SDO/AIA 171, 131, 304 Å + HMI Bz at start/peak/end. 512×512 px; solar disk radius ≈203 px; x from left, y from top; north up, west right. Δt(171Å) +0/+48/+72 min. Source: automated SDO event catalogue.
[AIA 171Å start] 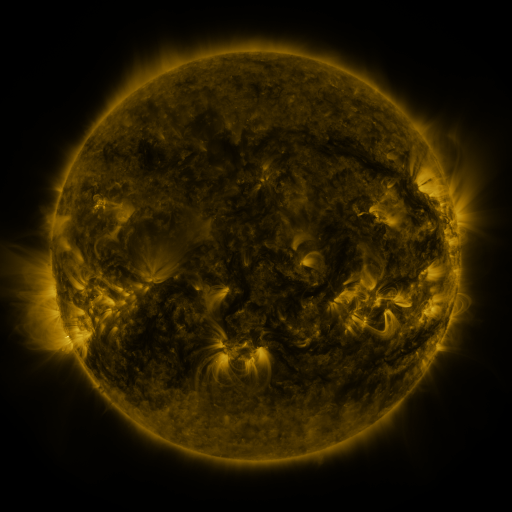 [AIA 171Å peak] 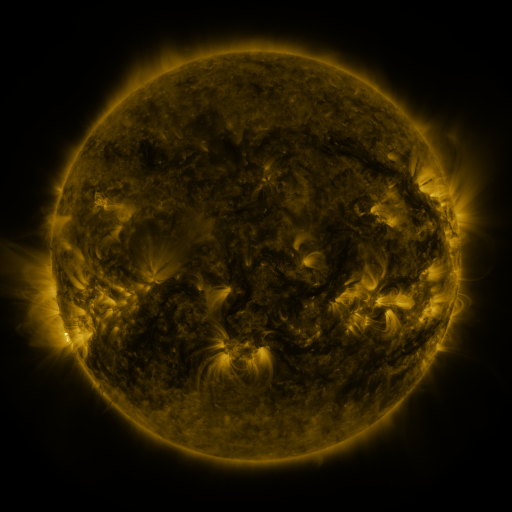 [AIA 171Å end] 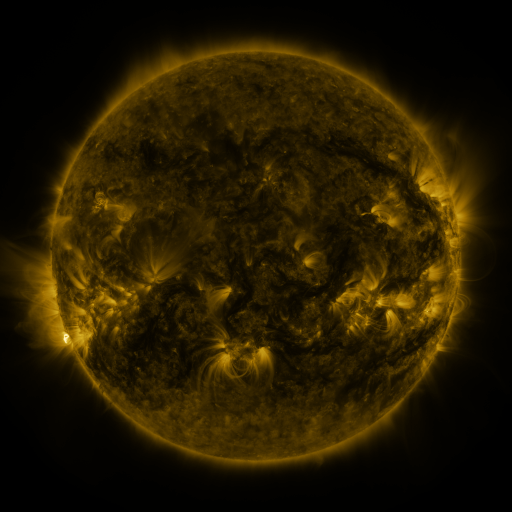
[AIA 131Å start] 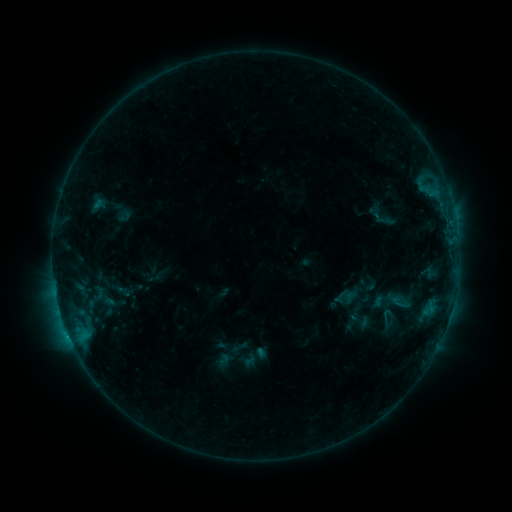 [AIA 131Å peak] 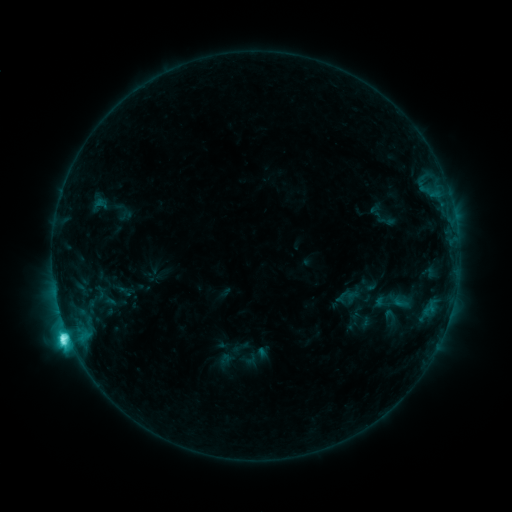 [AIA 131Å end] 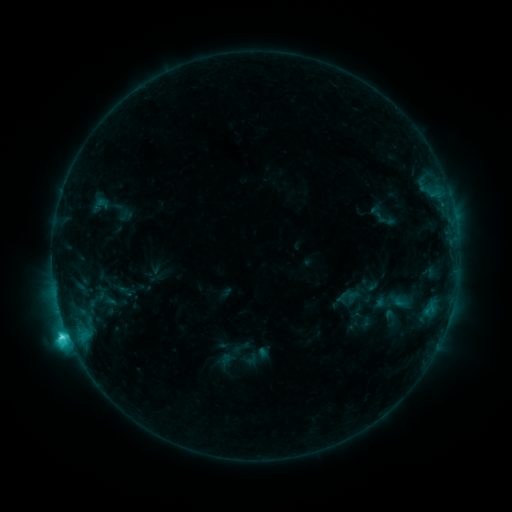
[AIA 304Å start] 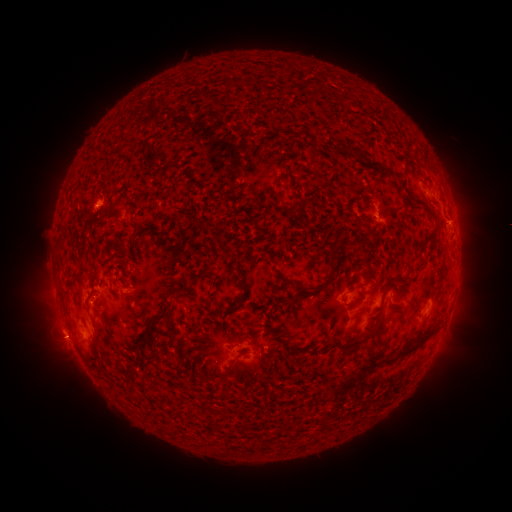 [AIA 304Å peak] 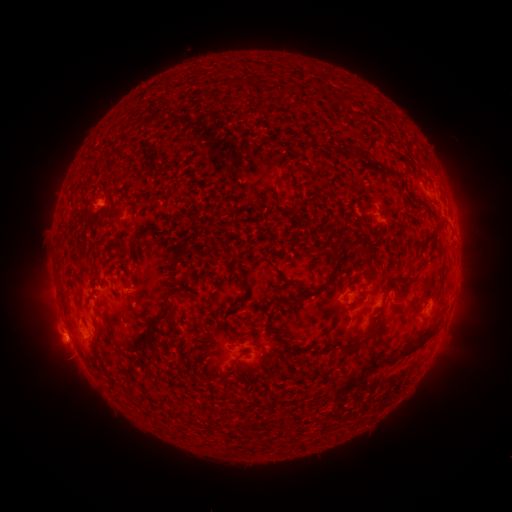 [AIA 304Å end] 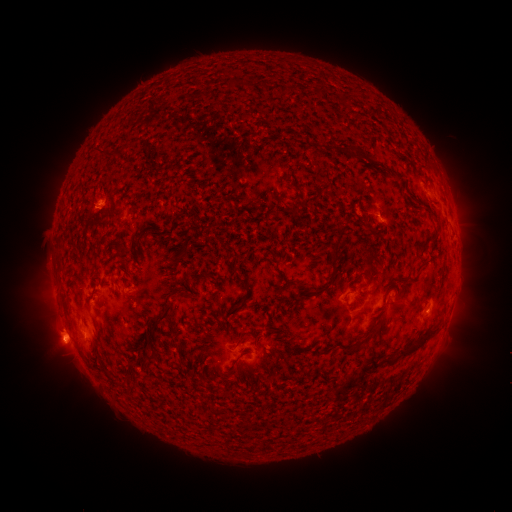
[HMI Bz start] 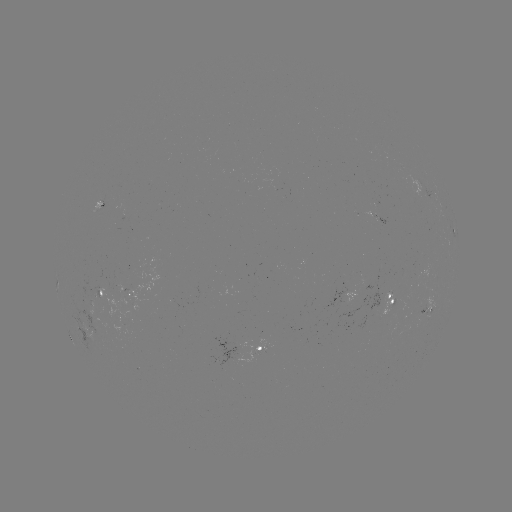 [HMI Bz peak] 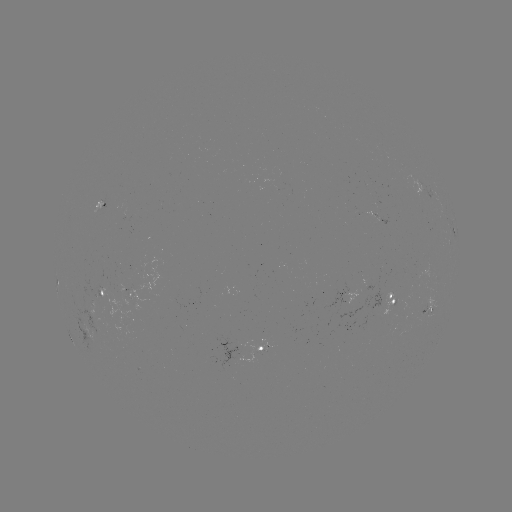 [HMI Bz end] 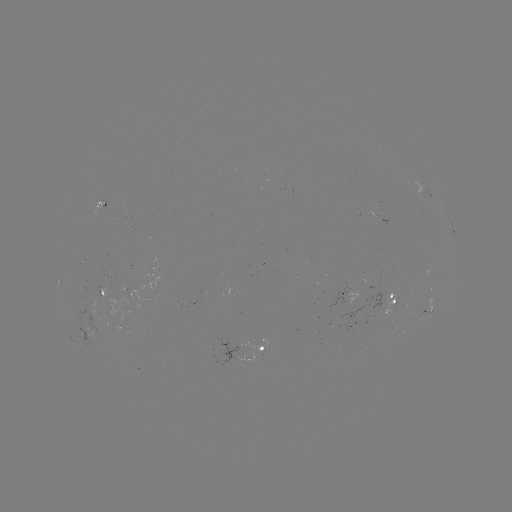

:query C7.1 flare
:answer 69,334